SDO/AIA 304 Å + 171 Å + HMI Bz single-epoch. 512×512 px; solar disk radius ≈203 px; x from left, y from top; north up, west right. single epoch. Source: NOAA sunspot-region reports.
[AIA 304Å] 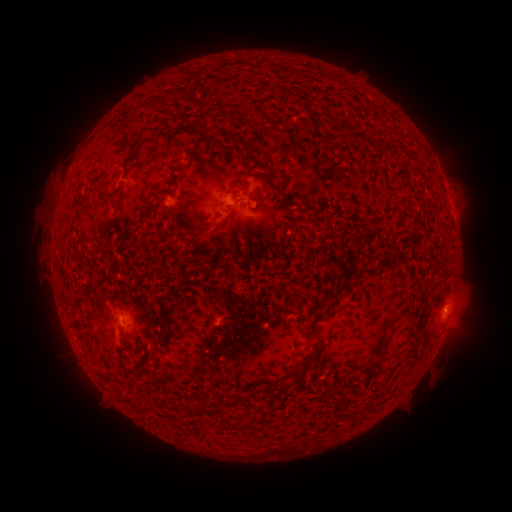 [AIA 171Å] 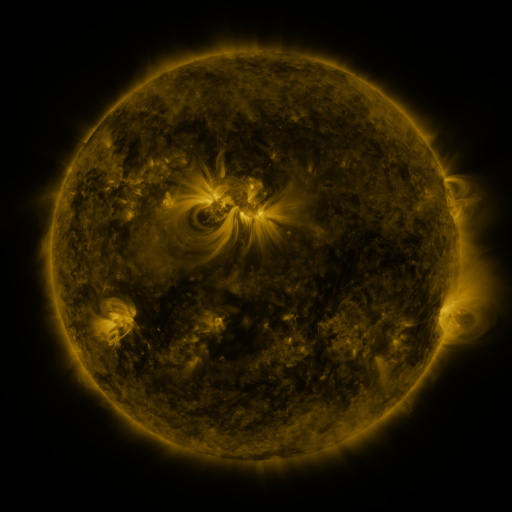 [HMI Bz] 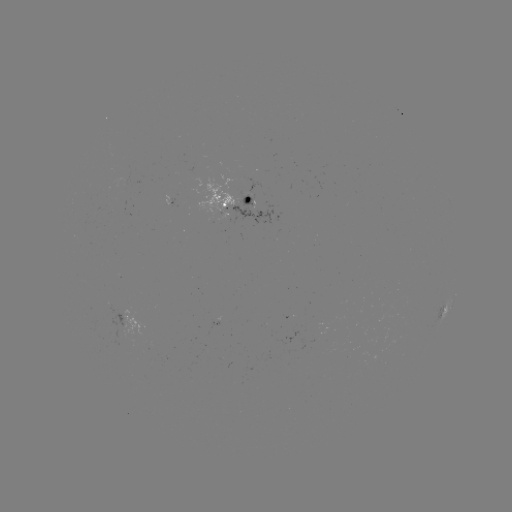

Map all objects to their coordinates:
spotted active region: (235, 205)
spotted active region: (444, 313)
spotted active region: (218, 320)
